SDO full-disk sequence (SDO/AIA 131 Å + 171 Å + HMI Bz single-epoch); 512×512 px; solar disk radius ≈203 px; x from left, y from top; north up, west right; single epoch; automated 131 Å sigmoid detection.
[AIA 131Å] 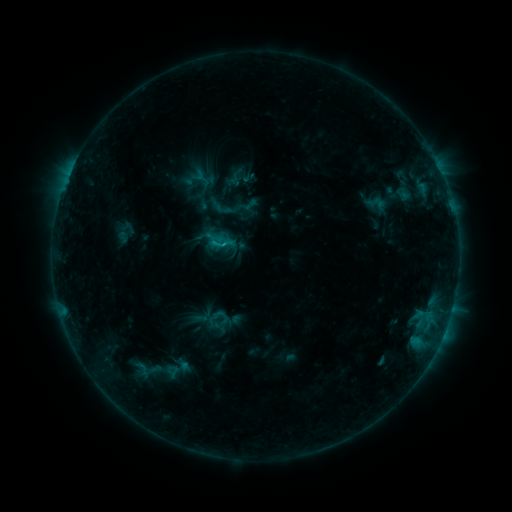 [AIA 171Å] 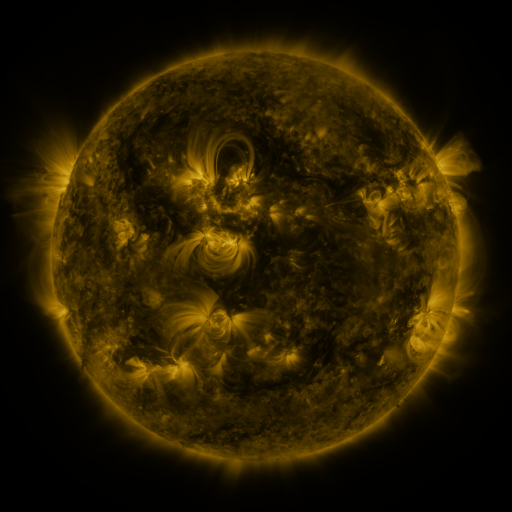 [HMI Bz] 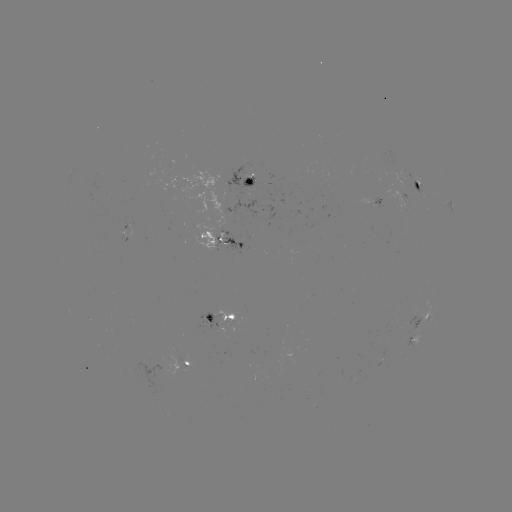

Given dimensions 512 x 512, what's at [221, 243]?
sigmoid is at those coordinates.